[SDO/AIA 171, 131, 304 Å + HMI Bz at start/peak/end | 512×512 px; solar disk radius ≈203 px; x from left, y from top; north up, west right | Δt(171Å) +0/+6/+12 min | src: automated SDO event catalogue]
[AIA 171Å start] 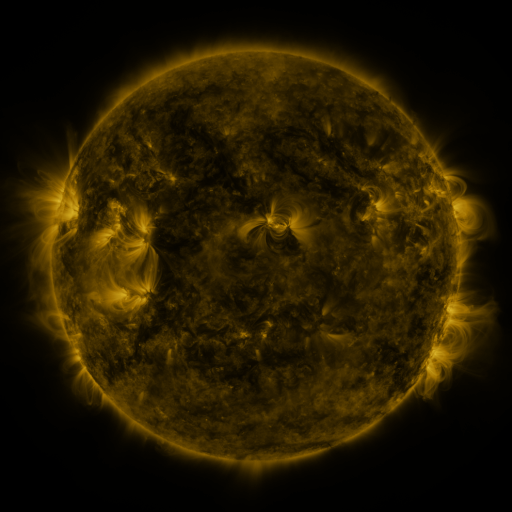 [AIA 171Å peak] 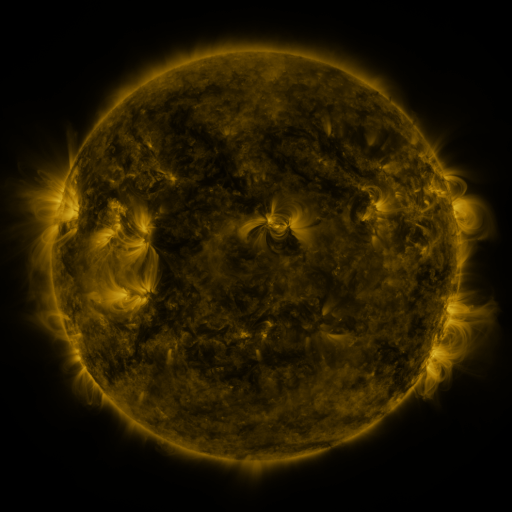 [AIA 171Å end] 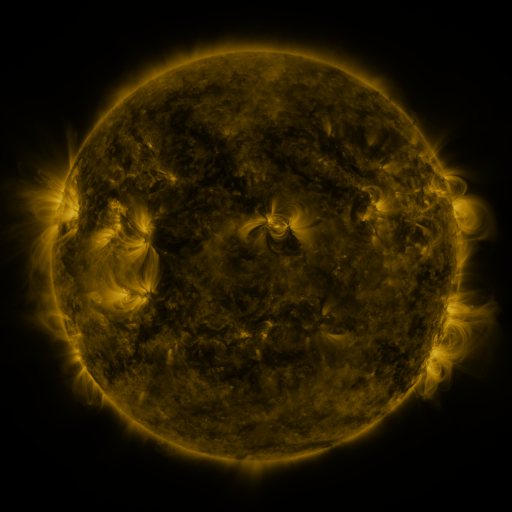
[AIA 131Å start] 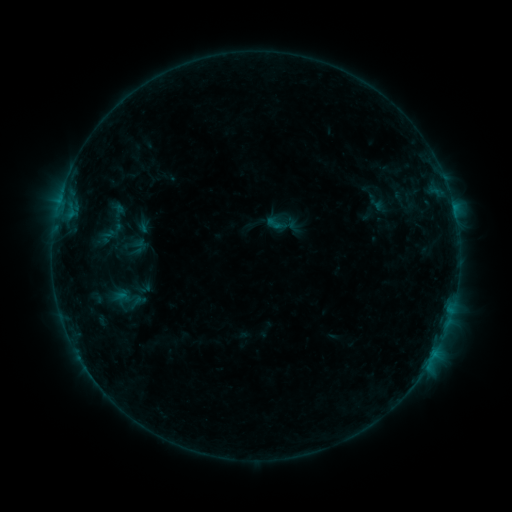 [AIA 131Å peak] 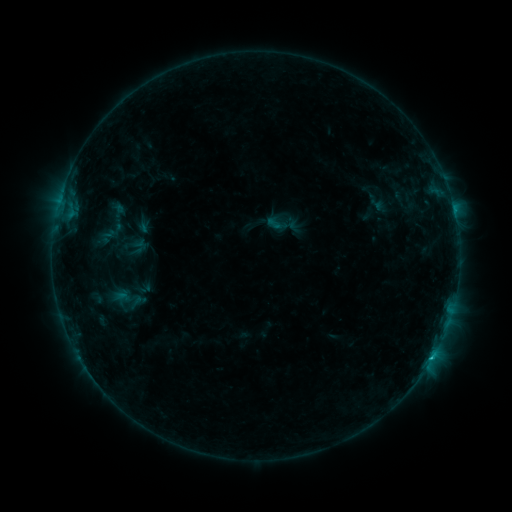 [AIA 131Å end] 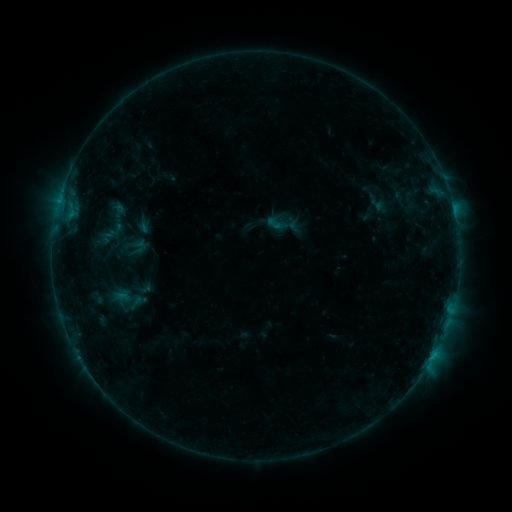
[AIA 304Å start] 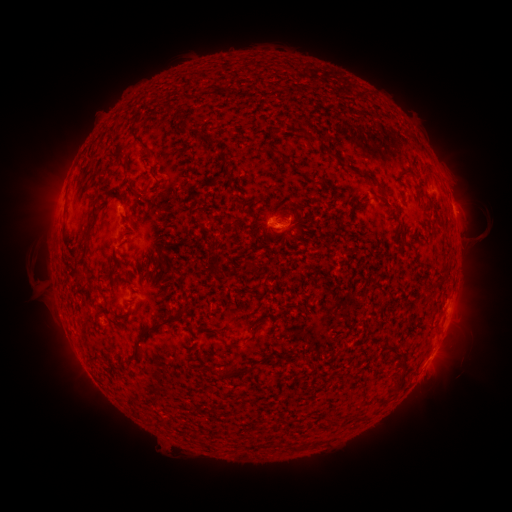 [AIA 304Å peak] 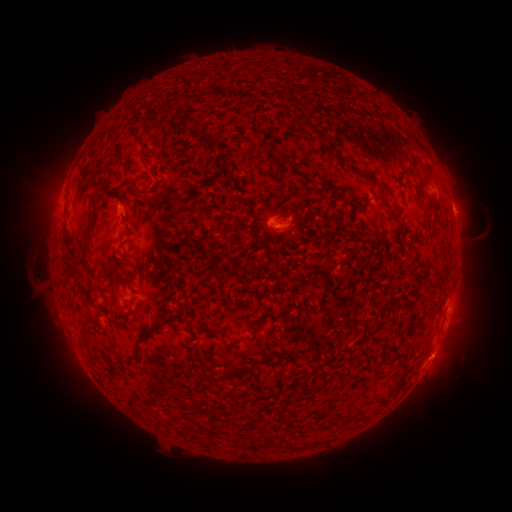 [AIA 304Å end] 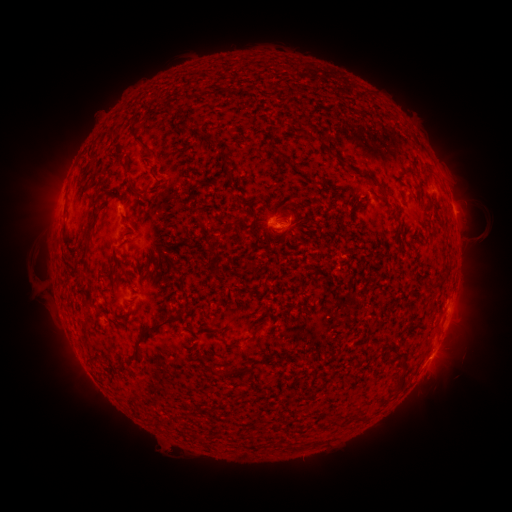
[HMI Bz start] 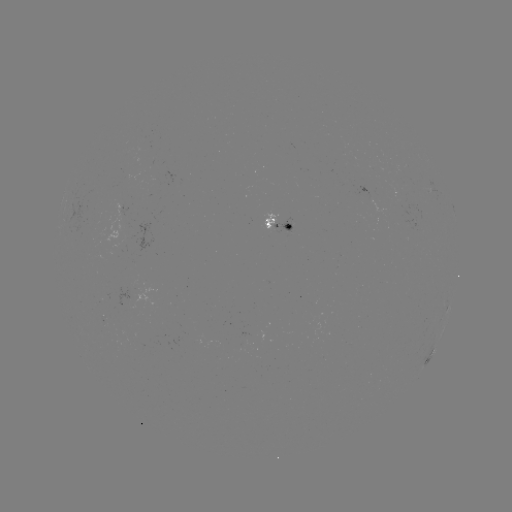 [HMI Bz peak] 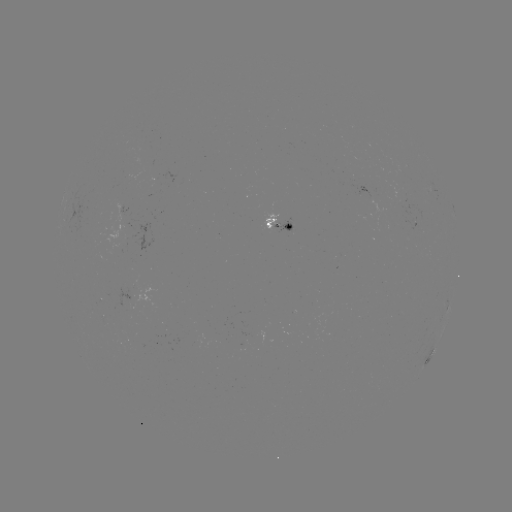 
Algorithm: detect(B6.6 flare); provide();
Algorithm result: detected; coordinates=432,354